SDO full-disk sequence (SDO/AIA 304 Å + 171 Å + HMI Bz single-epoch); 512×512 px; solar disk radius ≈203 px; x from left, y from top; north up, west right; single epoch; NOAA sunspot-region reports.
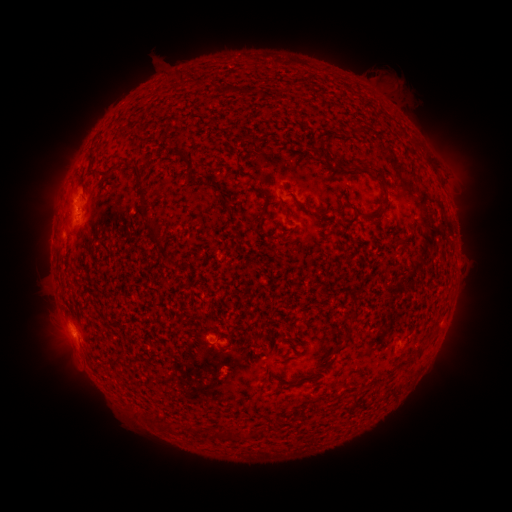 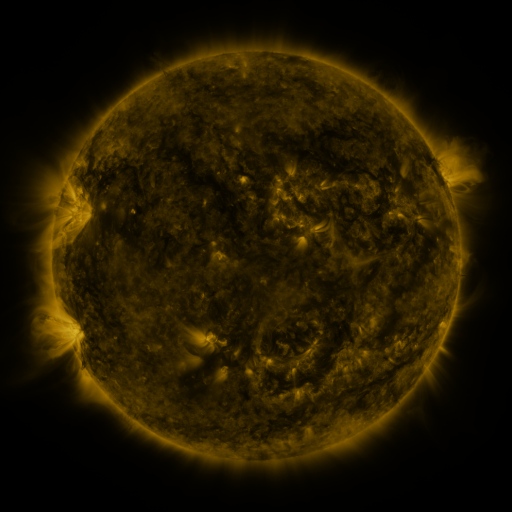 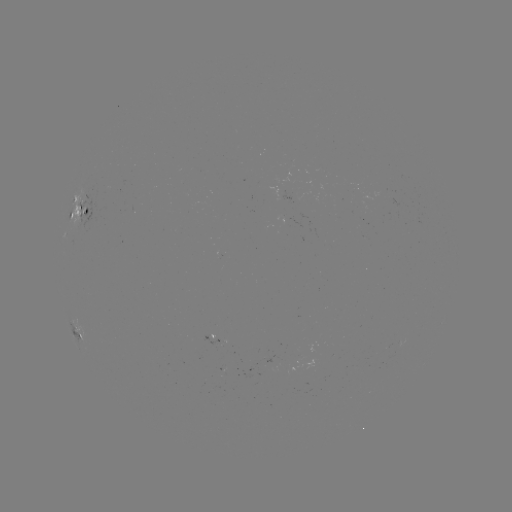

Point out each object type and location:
spotted active region: (80, 214)
spotted active region: (78, 330)
